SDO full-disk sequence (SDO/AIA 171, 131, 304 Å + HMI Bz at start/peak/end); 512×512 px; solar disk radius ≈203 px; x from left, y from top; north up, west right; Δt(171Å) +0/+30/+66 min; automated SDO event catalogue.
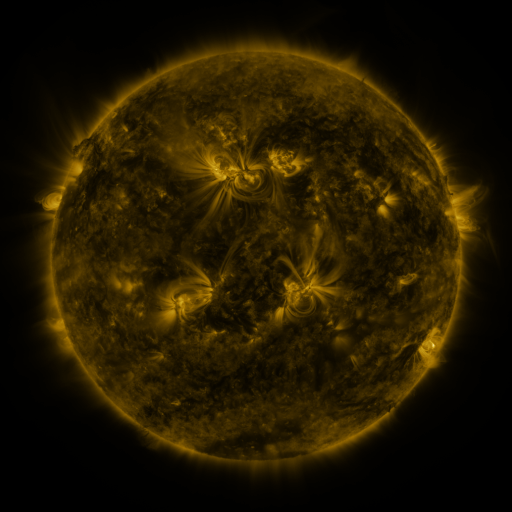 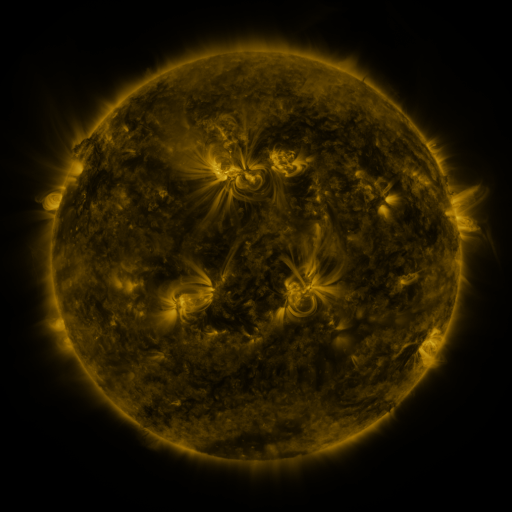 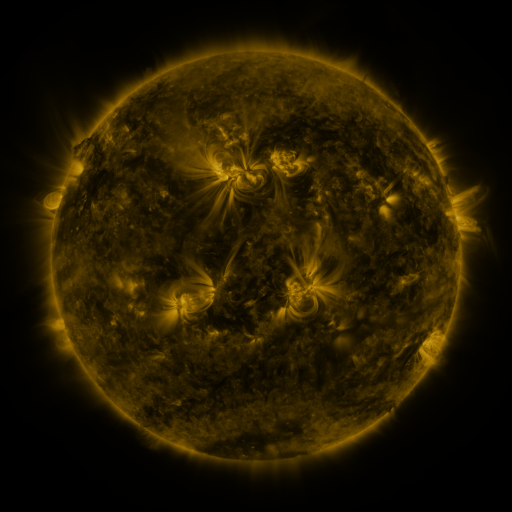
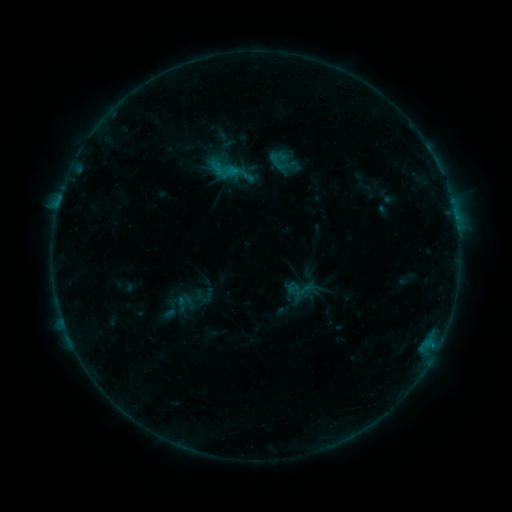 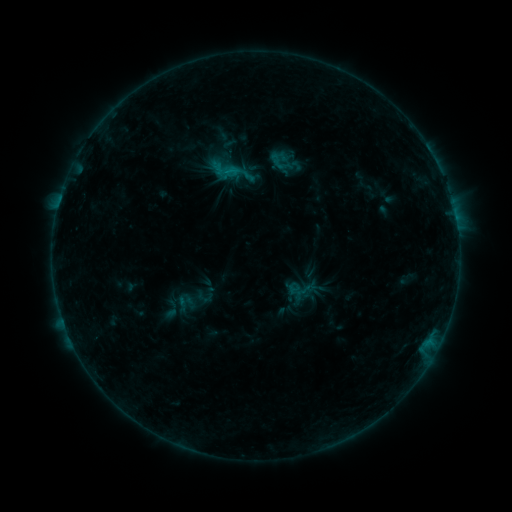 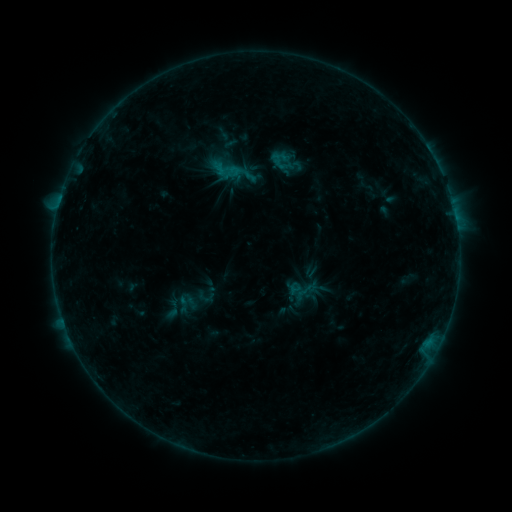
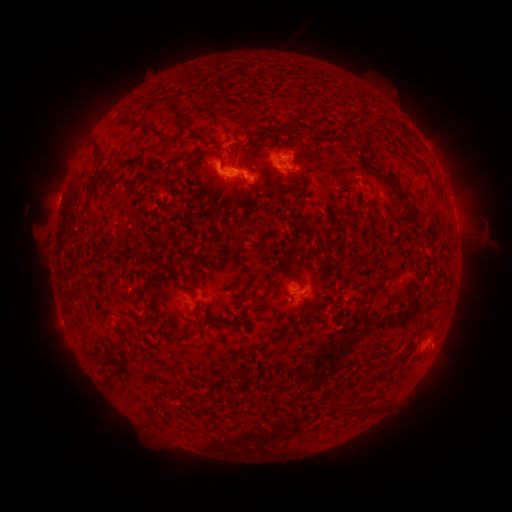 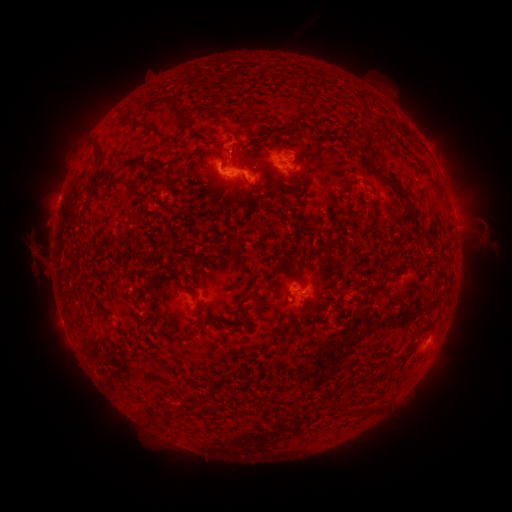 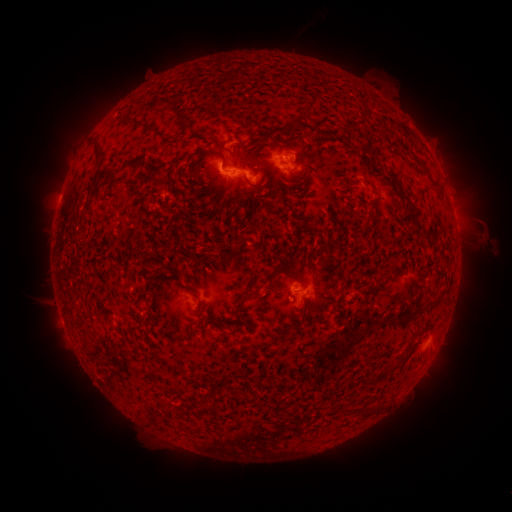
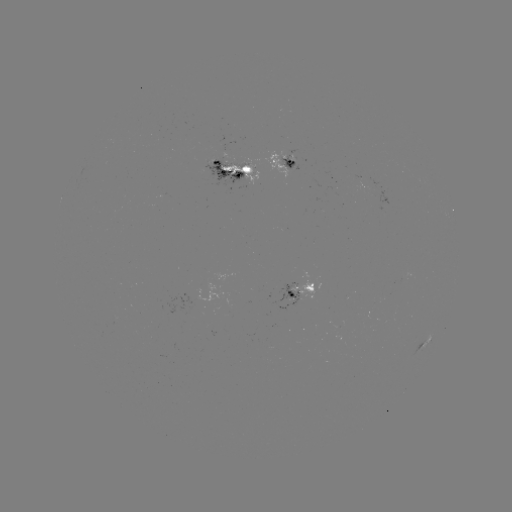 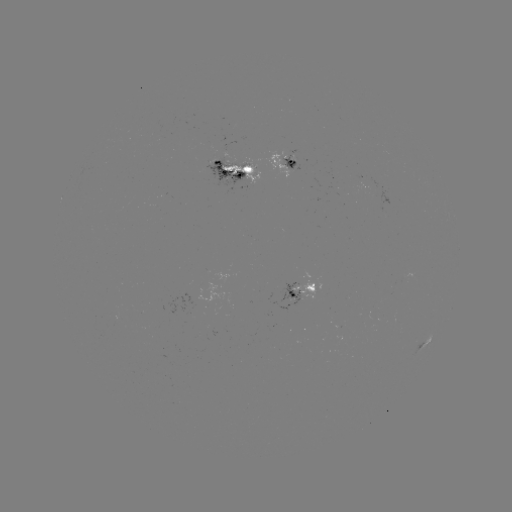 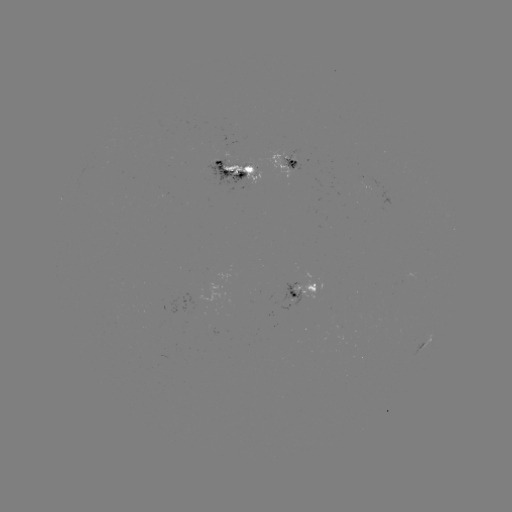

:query eruption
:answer (38, 263)